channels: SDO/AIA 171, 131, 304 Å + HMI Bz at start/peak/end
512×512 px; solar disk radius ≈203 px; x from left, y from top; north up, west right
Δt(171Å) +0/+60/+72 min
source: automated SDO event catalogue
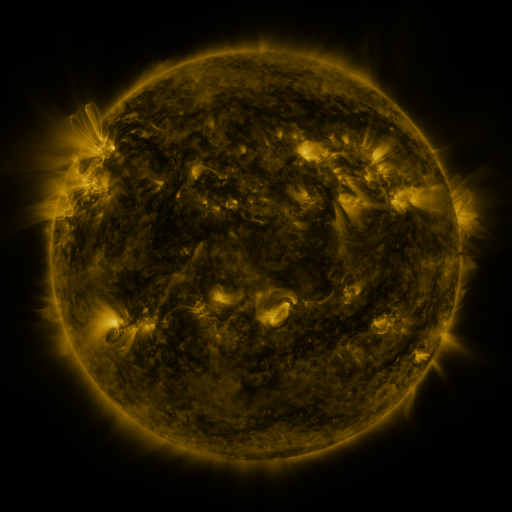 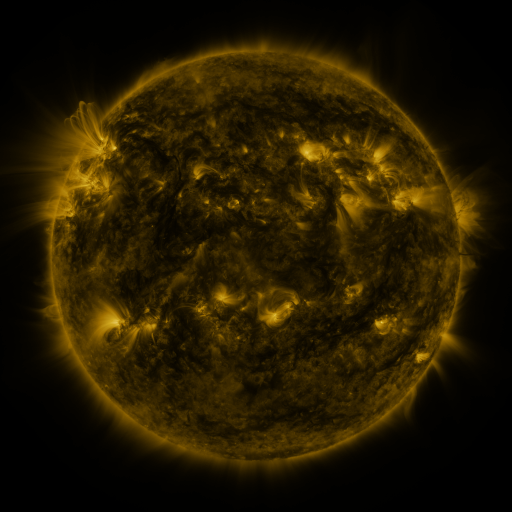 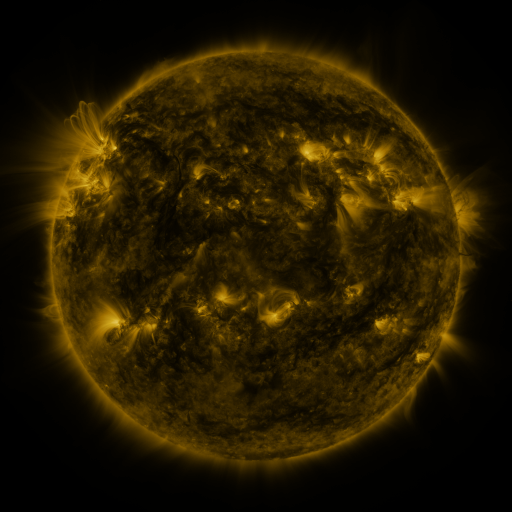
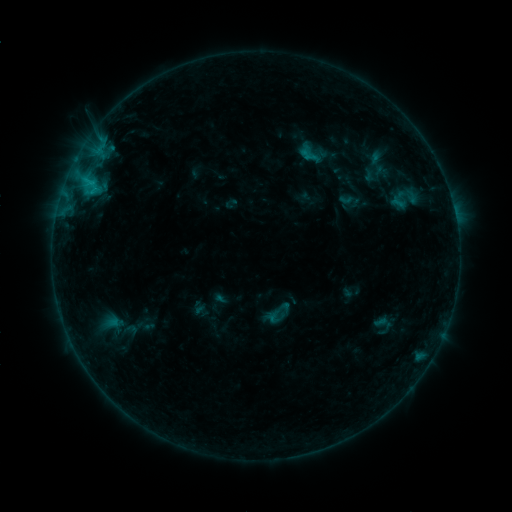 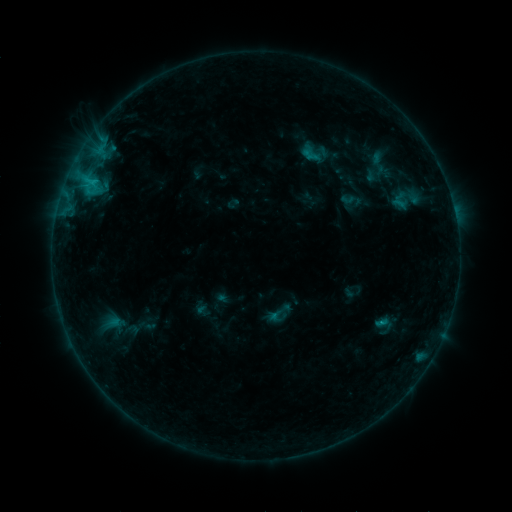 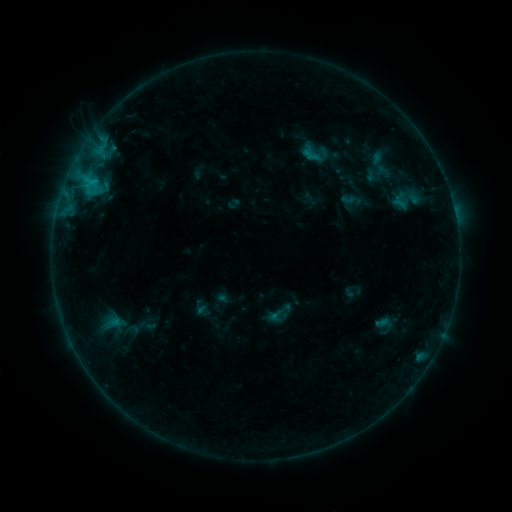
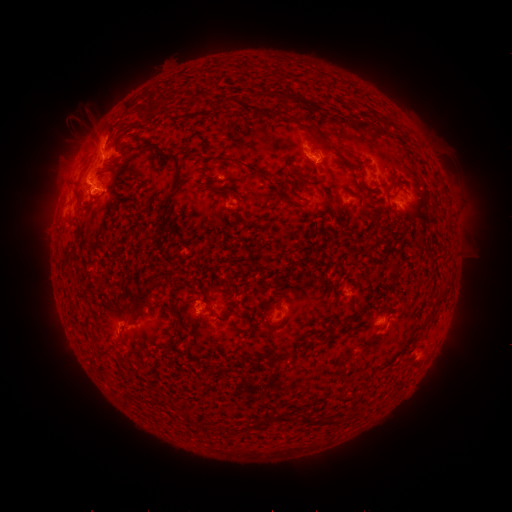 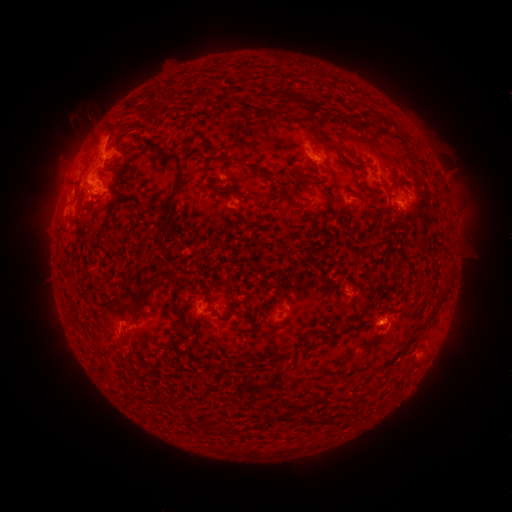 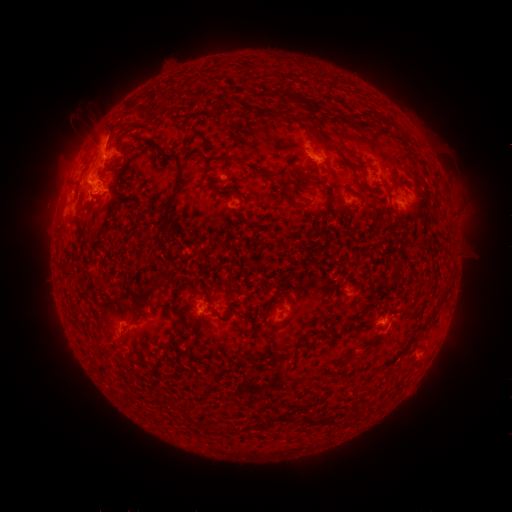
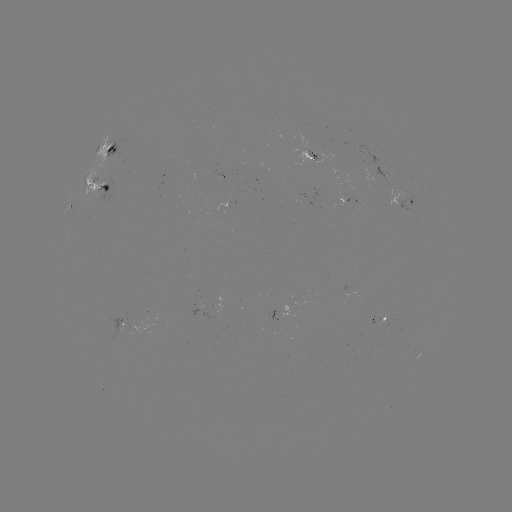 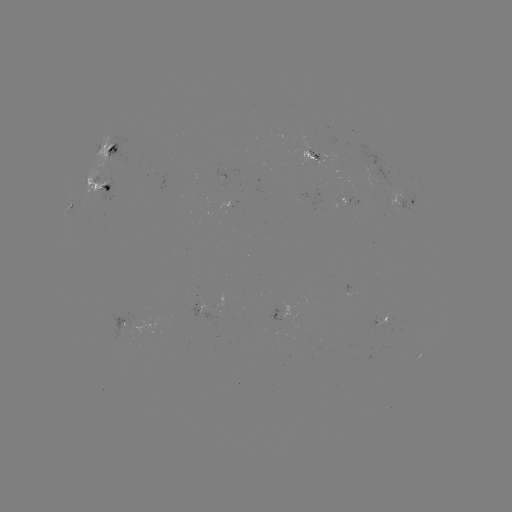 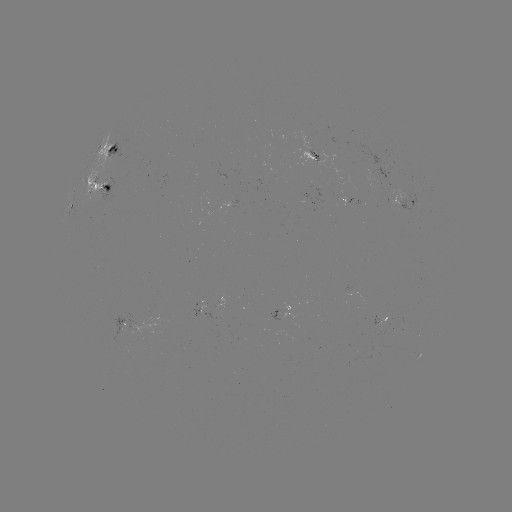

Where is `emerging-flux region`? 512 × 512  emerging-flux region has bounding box [98, 163, 124, 176].